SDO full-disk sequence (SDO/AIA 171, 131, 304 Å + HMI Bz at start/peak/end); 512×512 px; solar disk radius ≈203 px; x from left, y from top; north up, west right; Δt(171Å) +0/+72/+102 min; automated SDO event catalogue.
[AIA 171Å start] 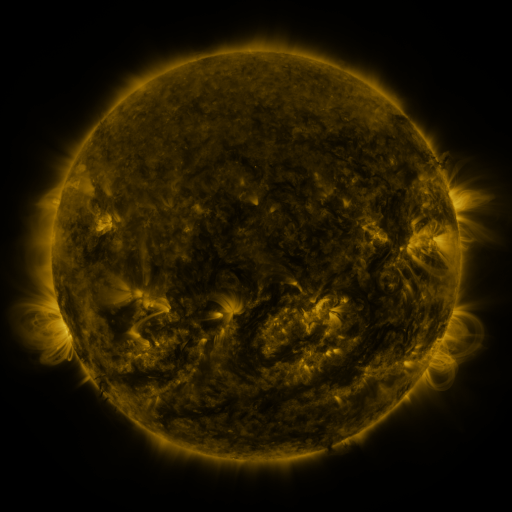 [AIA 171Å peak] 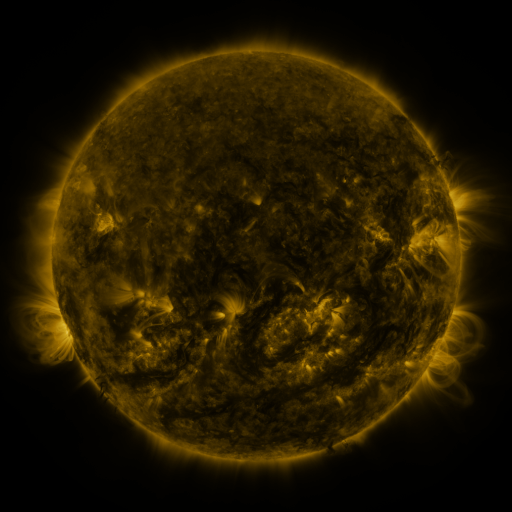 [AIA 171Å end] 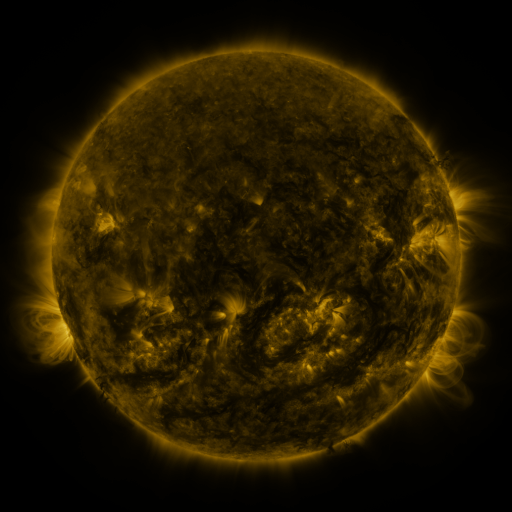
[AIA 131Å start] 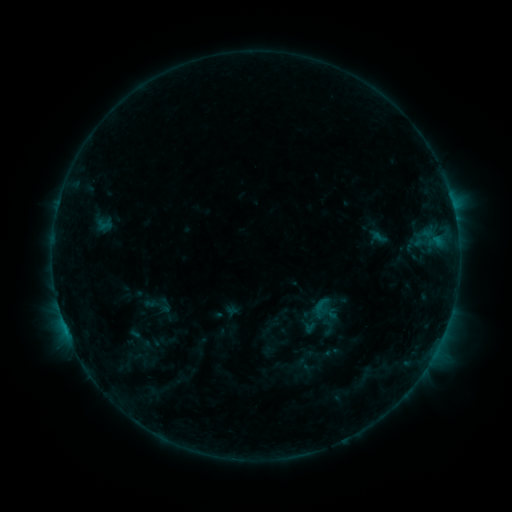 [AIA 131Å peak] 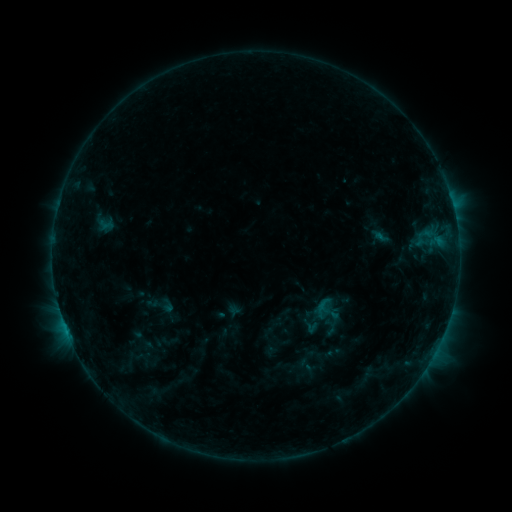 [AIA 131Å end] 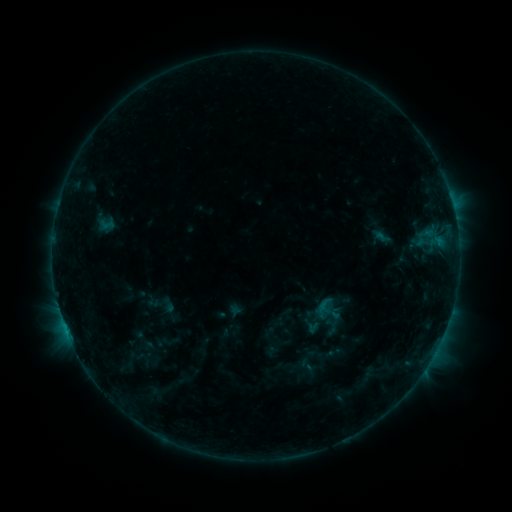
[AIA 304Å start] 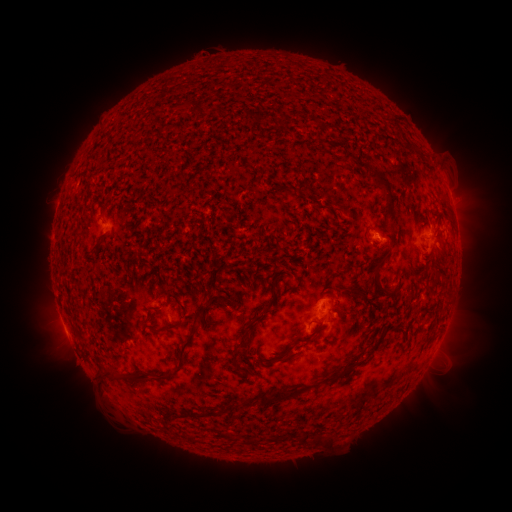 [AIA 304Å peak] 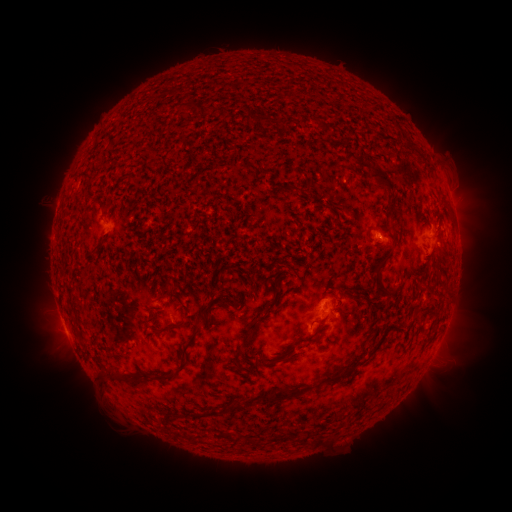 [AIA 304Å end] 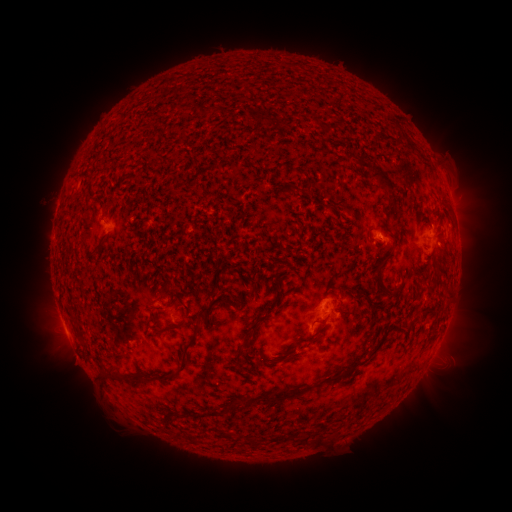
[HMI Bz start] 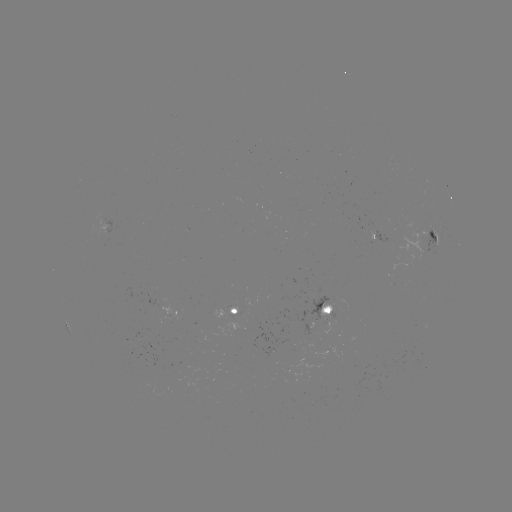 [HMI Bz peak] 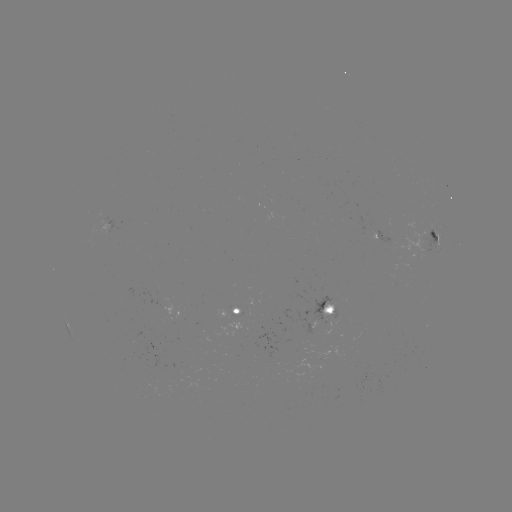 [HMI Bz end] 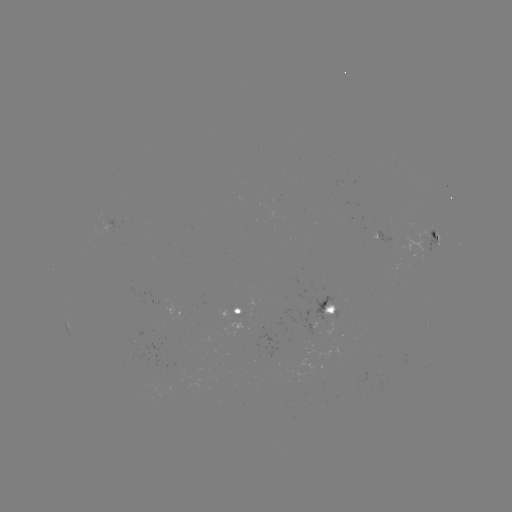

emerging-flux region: (392, 261, 408, 270)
